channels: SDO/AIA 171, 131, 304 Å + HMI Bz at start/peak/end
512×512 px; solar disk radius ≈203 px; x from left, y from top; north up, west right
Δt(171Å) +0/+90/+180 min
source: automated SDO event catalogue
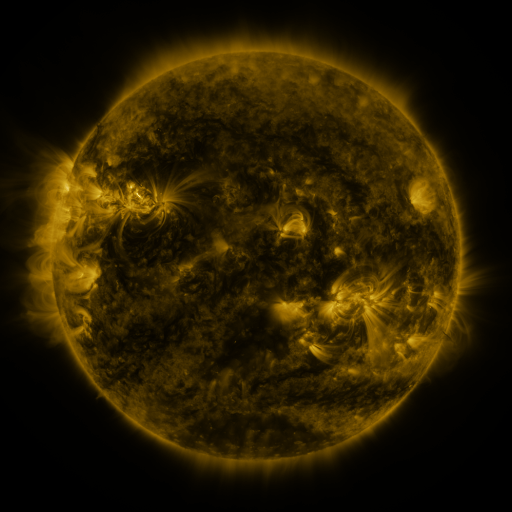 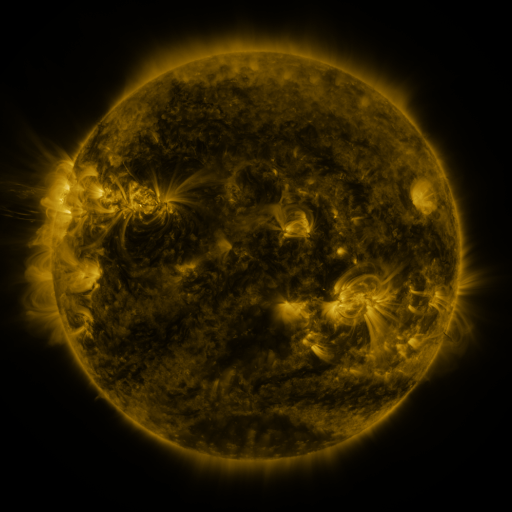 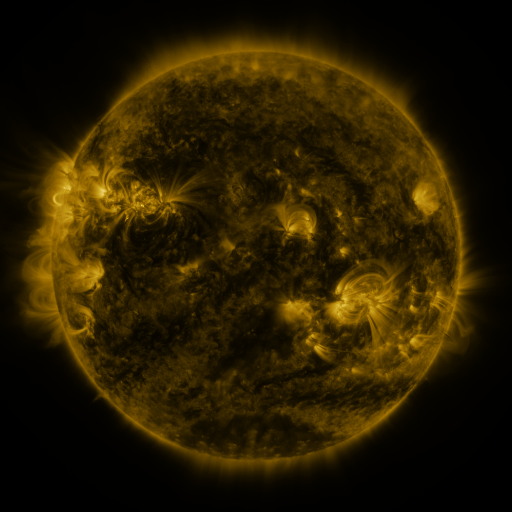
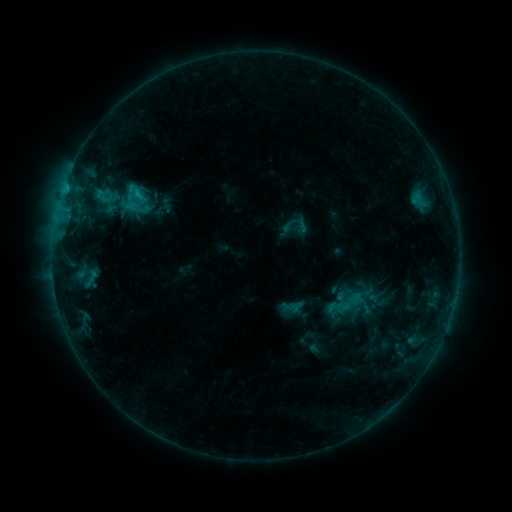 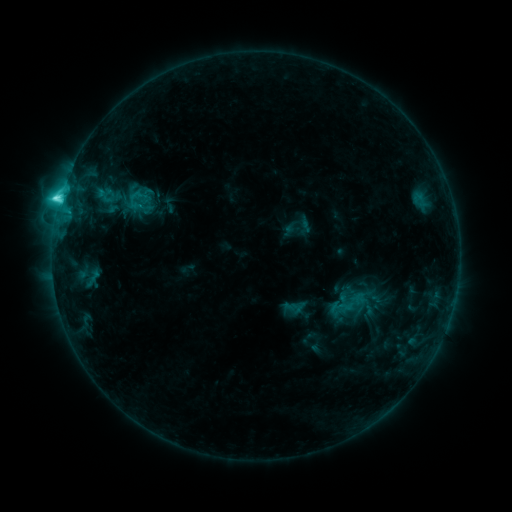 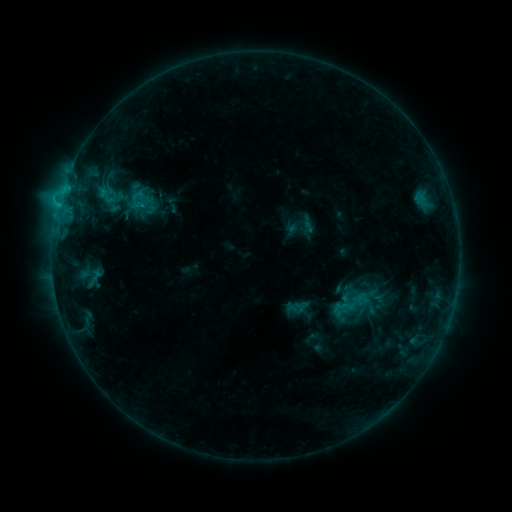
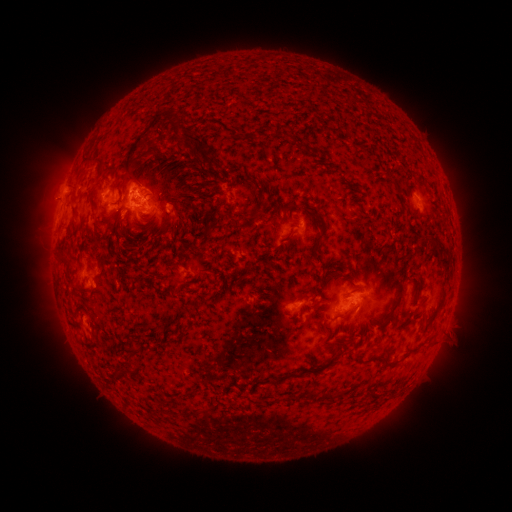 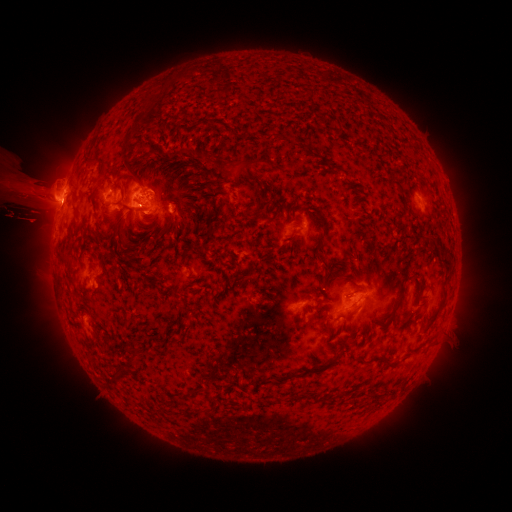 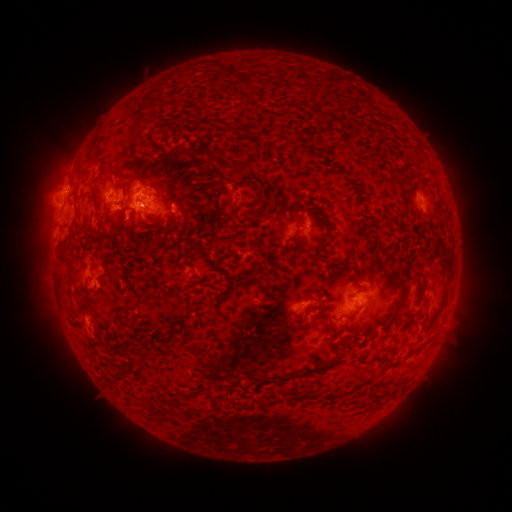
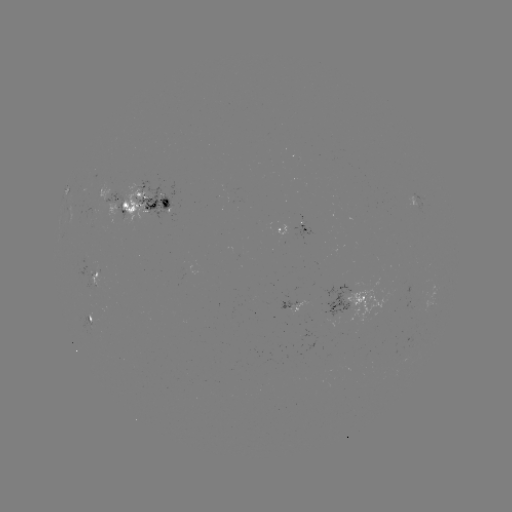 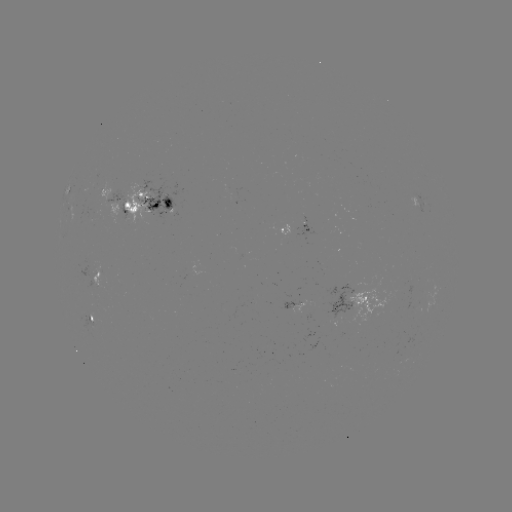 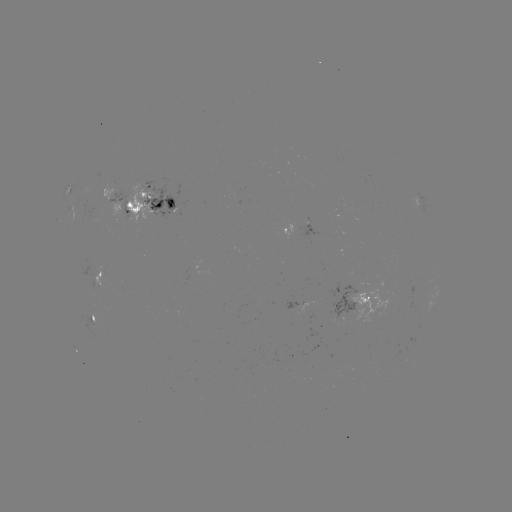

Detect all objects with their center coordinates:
filament eruption: (33, 187)
